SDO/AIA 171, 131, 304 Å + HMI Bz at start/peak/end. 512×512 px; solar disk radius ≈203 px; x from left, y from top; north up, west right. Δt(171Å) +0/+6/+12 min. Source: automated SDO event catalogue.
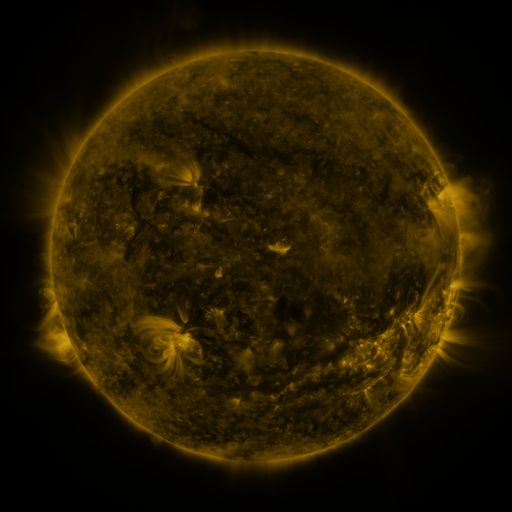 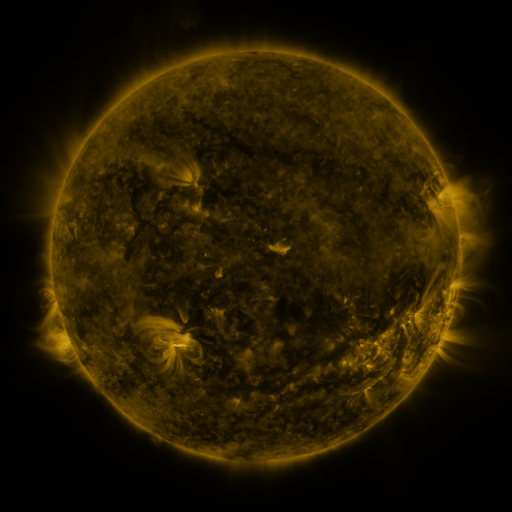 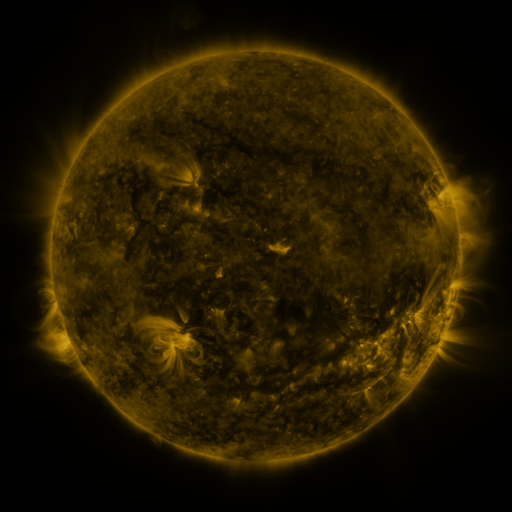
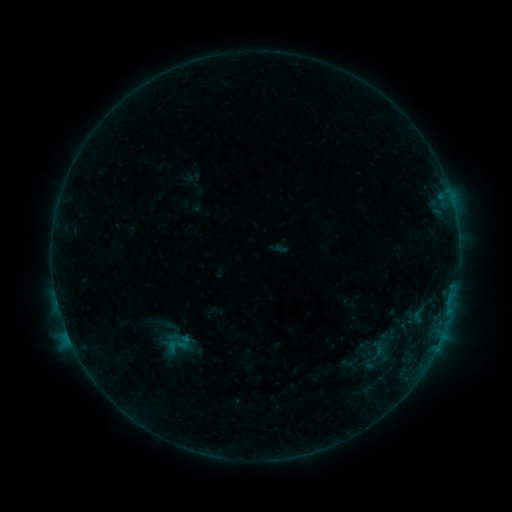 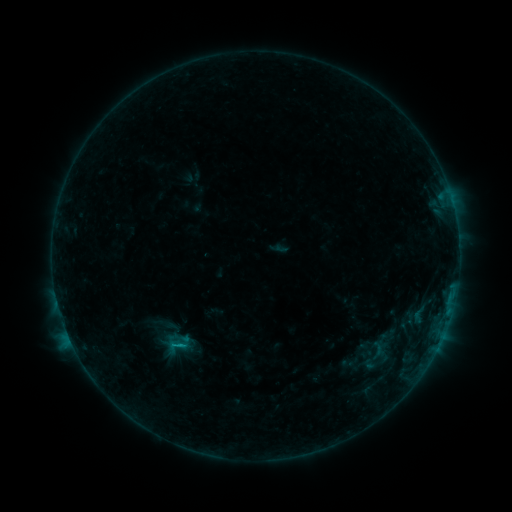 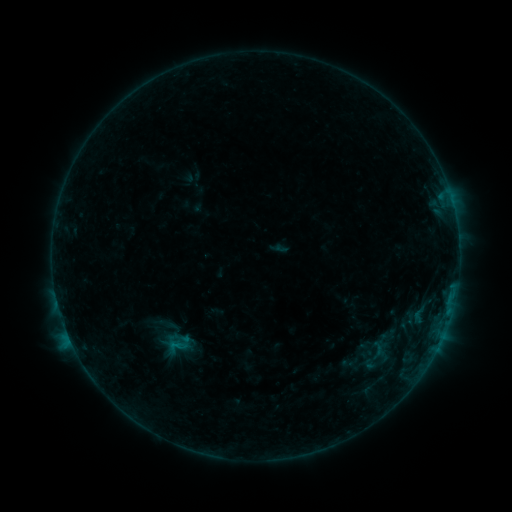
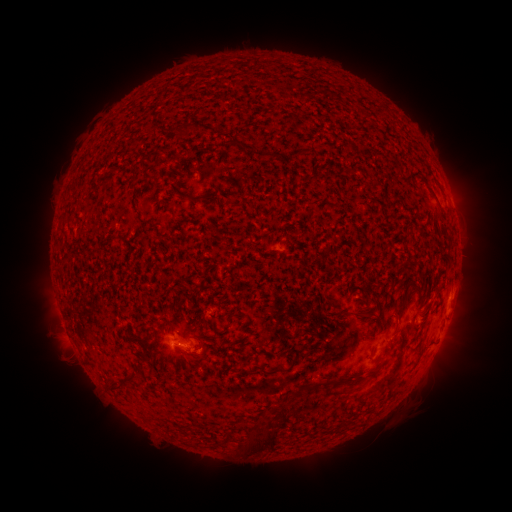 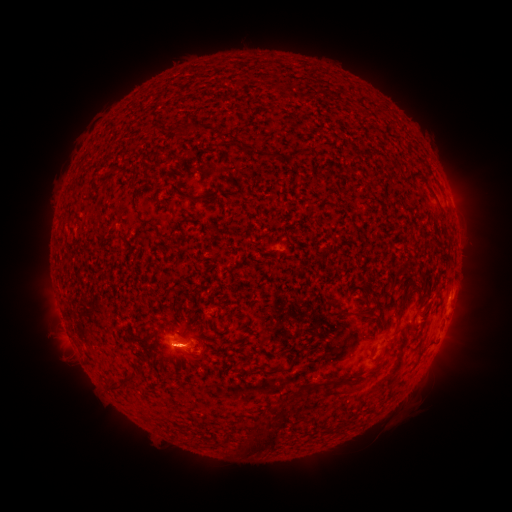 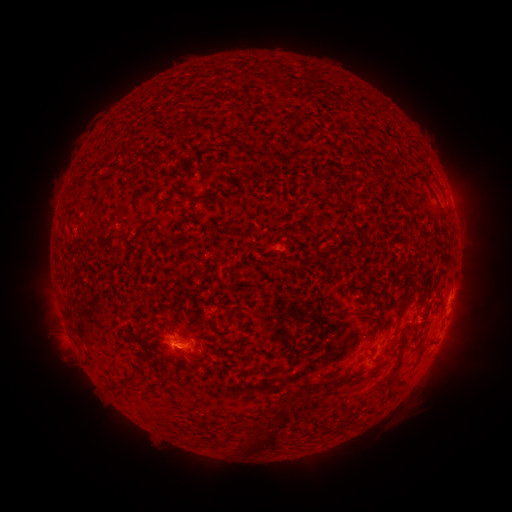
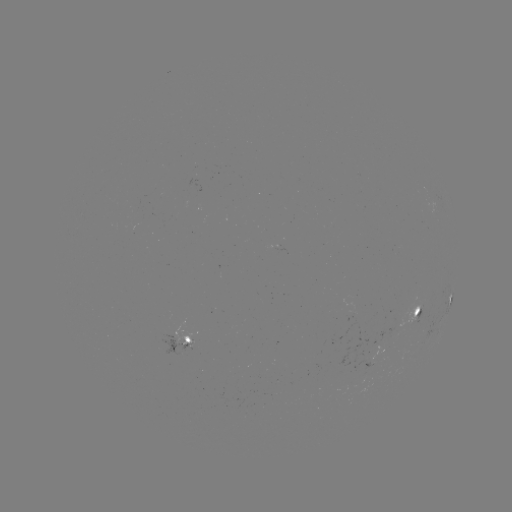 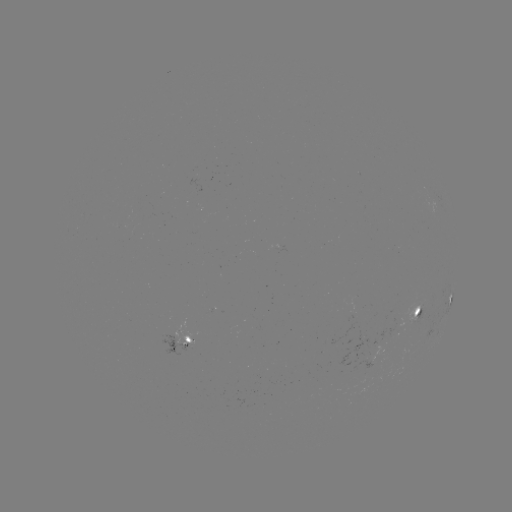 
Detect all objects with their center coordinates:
B3.2 flare: (181, 345)
